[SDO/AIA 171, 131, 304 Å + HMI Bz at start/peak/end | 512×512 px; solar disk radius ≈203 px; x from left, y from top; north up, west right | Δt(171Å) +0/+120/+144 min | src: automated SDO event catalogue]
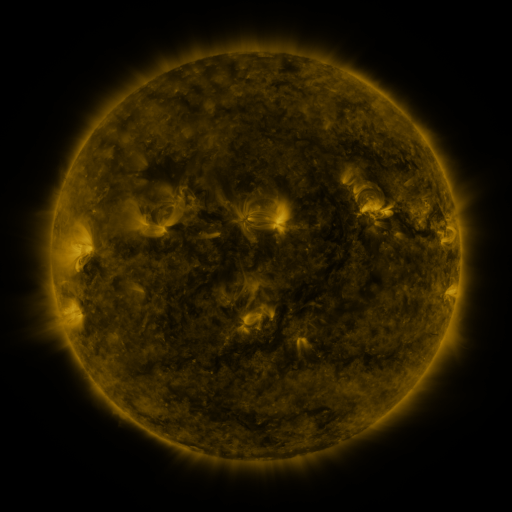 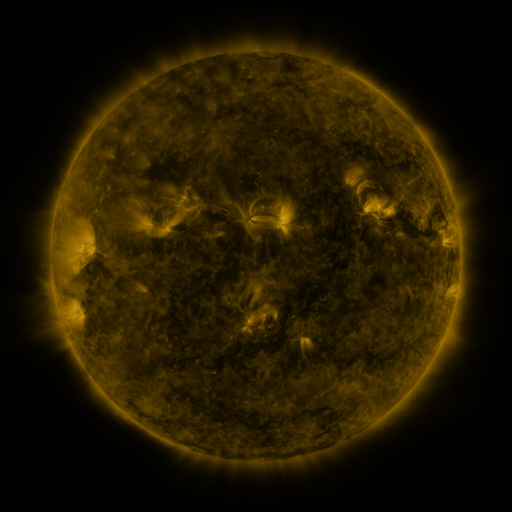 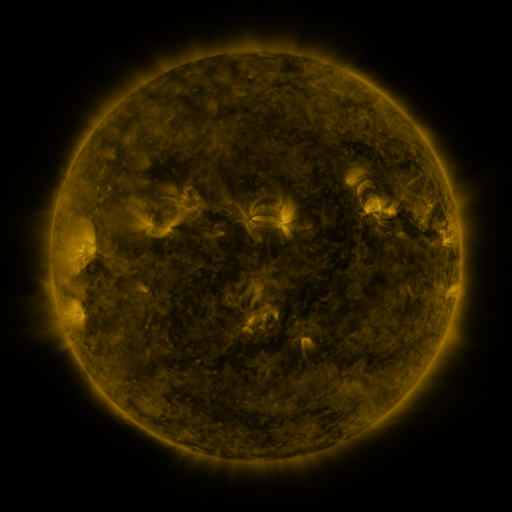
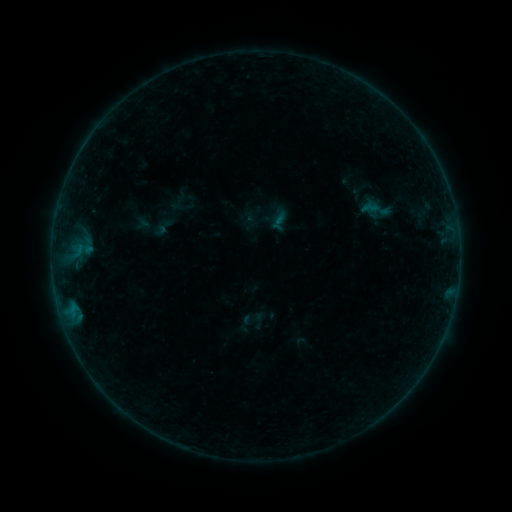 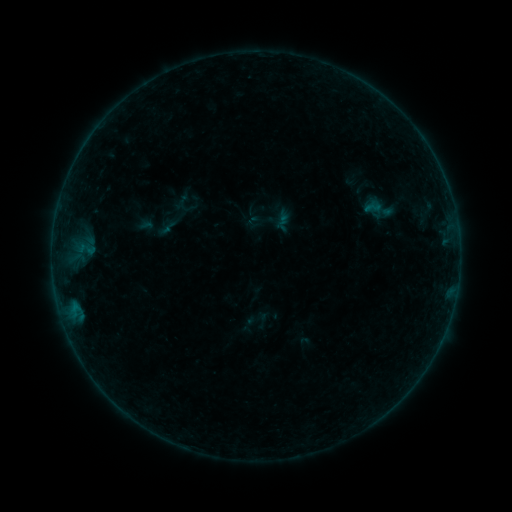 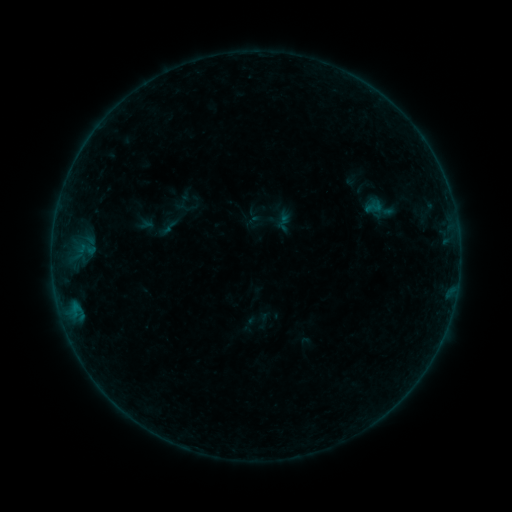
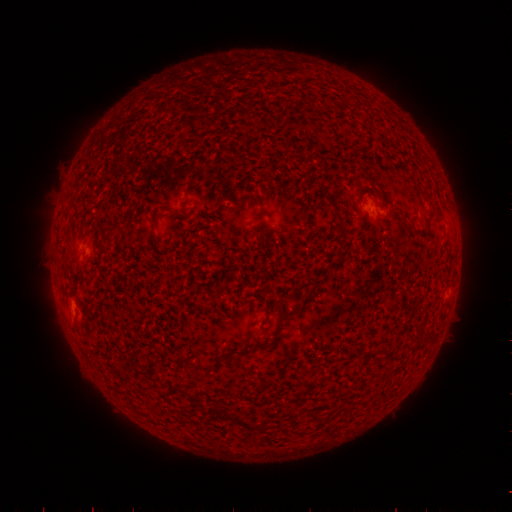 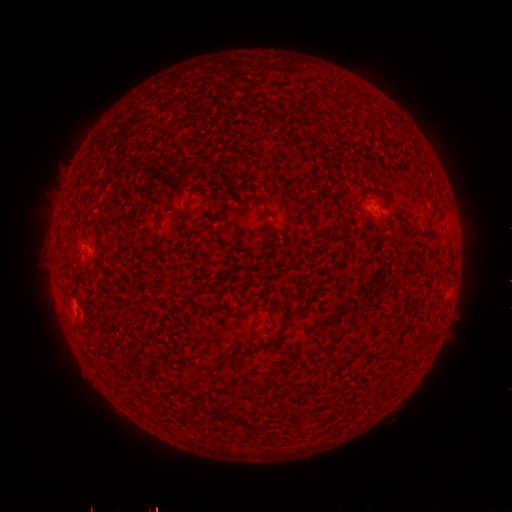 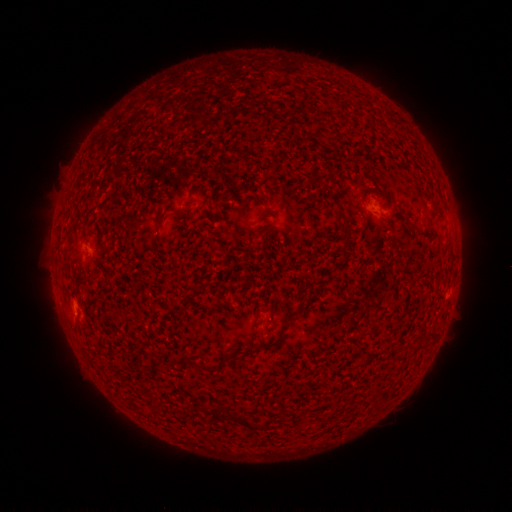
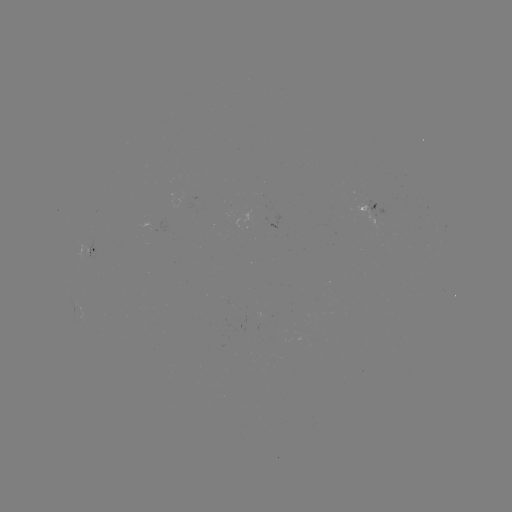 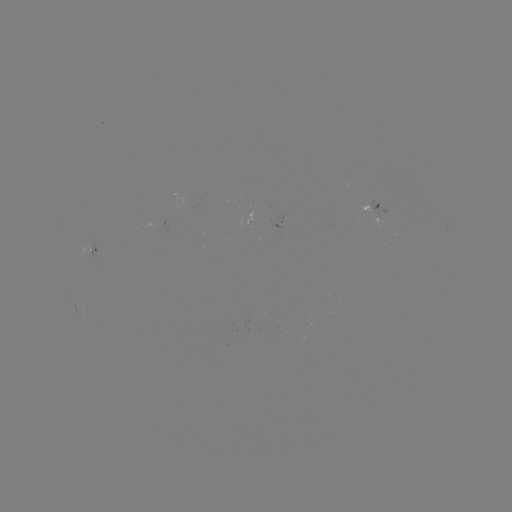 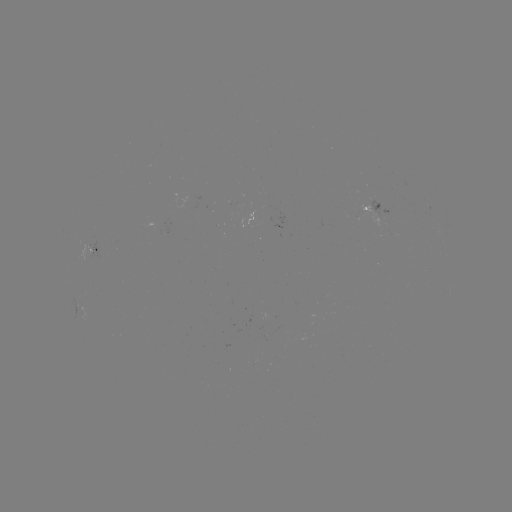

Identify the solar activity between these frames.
emerging-flux region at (374, 214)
